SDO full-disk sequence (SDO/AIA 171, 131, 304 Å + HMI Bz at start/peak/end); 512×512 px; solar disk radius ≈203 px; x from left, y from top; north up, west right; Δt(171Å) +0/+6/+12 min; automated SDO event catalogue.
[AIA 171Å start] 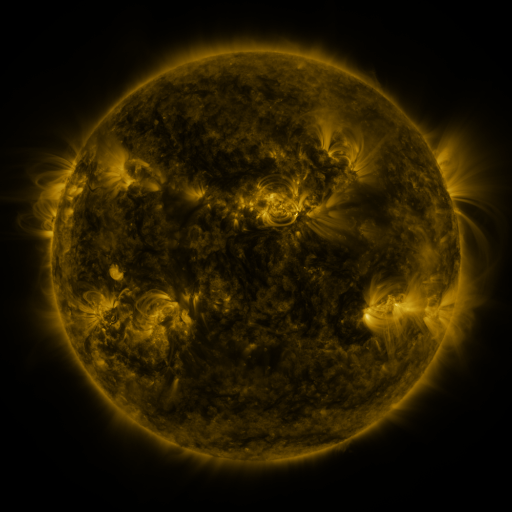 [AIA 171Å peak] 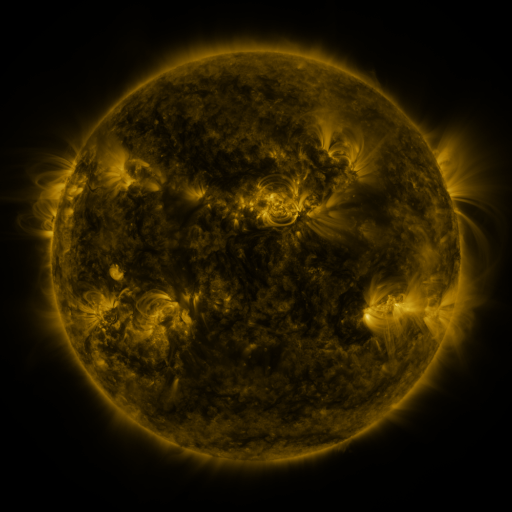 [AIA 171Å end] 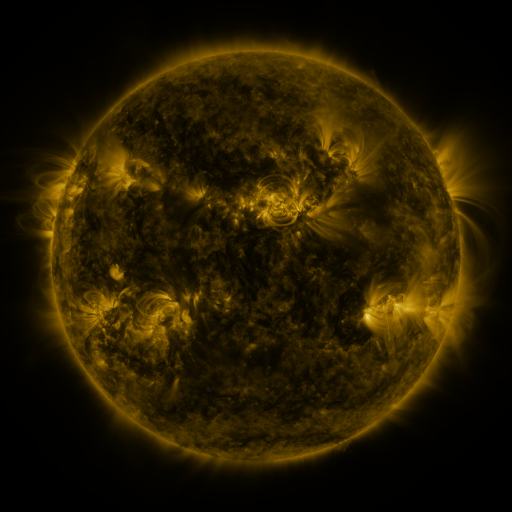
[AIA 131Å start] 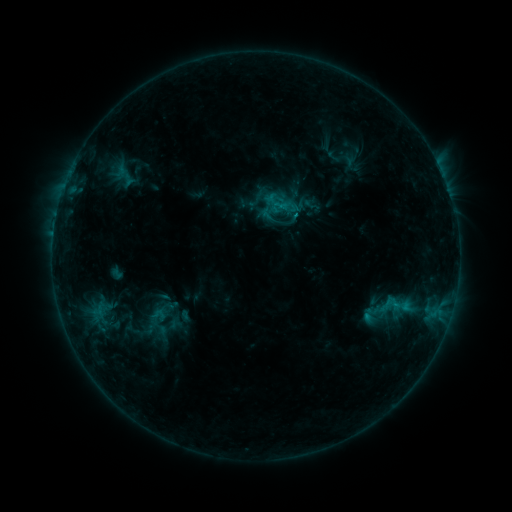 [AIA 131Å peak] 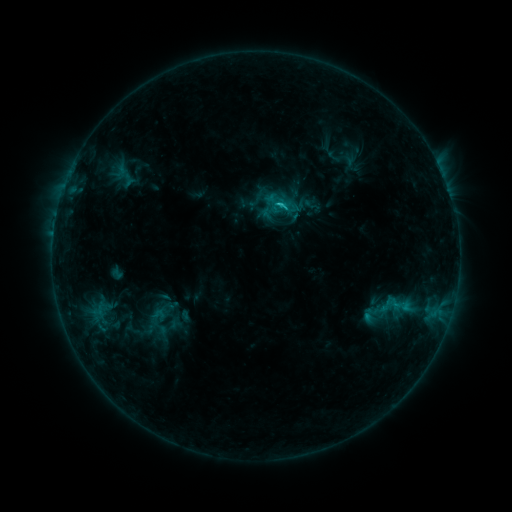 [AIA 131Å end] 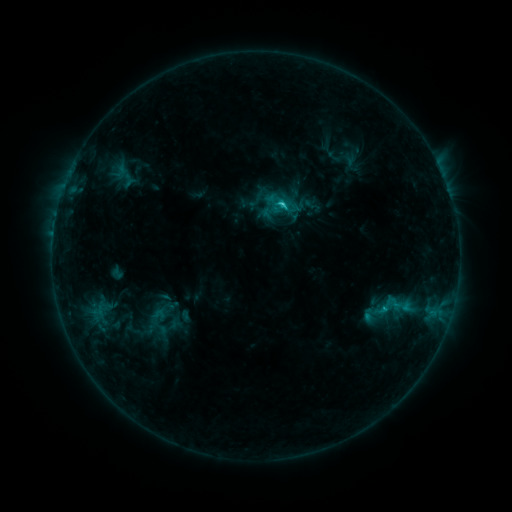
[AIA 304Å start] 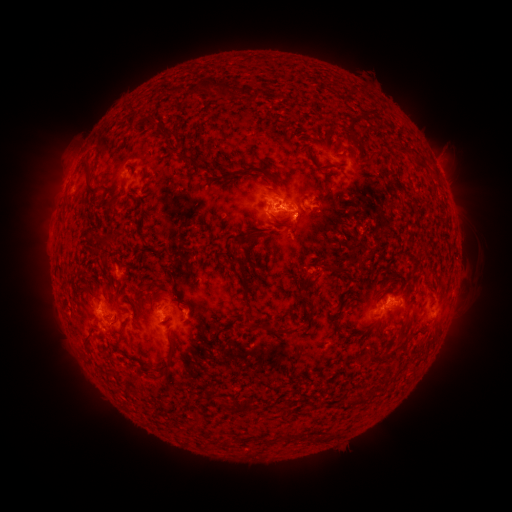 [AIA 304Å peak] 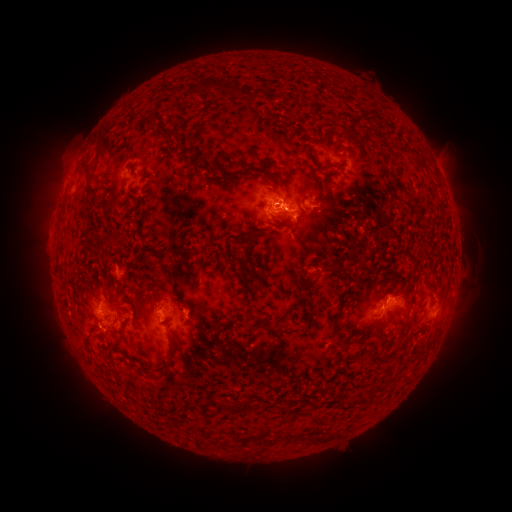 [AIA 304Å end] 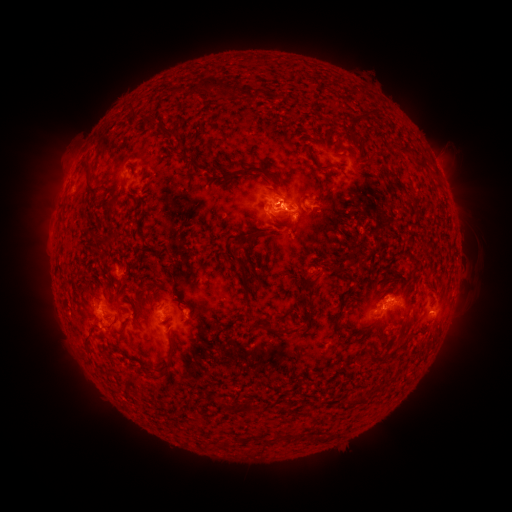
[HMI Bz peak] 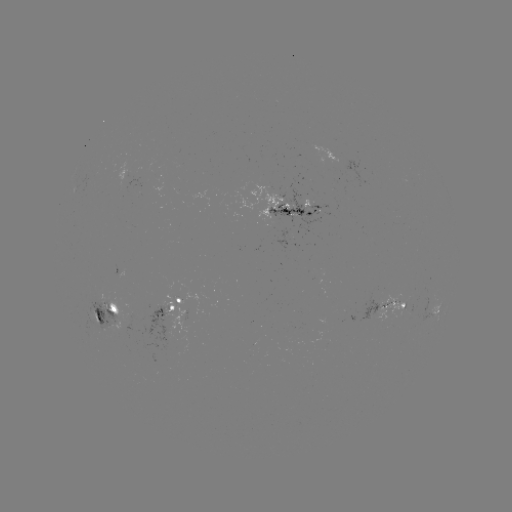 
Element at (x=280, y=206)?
C1.8 flare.